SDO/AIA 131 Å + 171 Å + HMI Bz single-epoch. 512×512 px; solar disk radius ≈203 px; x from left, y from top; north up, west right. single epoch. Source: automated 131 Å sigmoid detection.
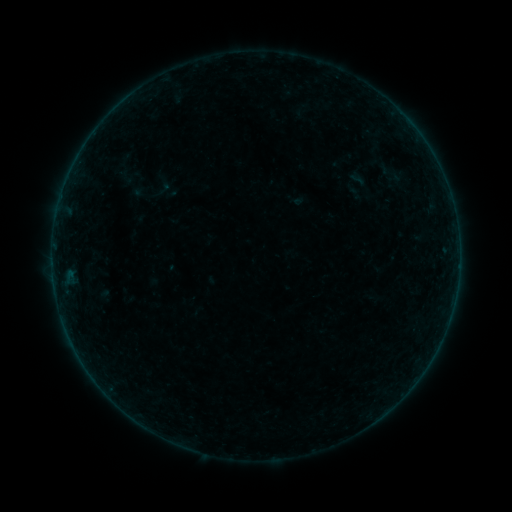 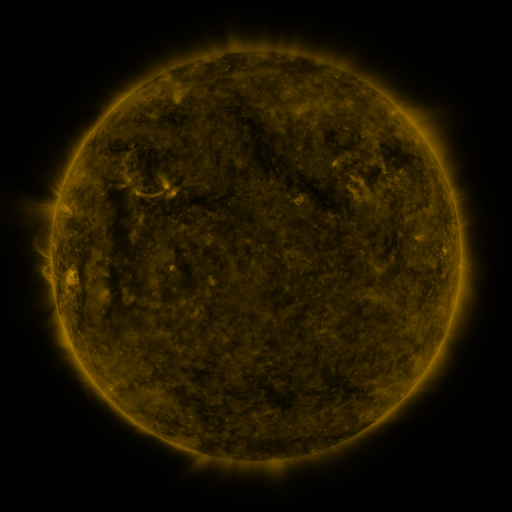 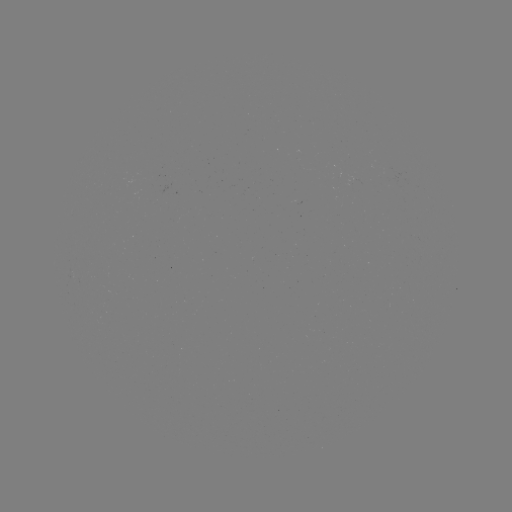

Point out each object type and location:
sigmoid: (391, 173)
sigmoid: (164, 188)
